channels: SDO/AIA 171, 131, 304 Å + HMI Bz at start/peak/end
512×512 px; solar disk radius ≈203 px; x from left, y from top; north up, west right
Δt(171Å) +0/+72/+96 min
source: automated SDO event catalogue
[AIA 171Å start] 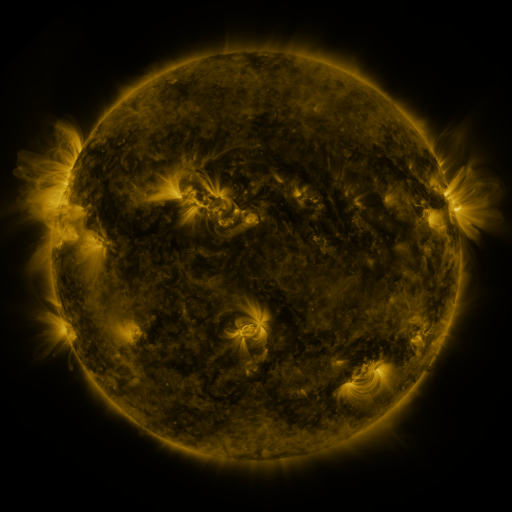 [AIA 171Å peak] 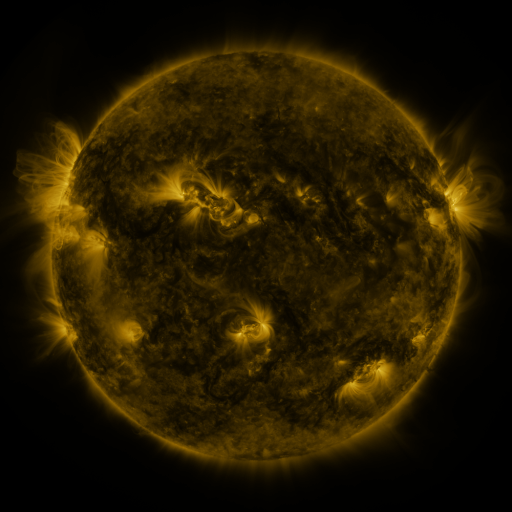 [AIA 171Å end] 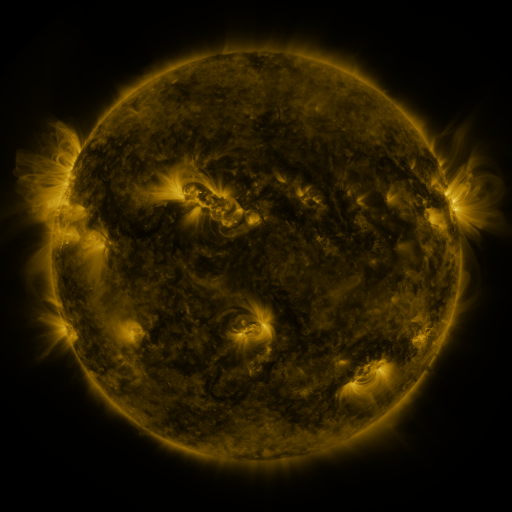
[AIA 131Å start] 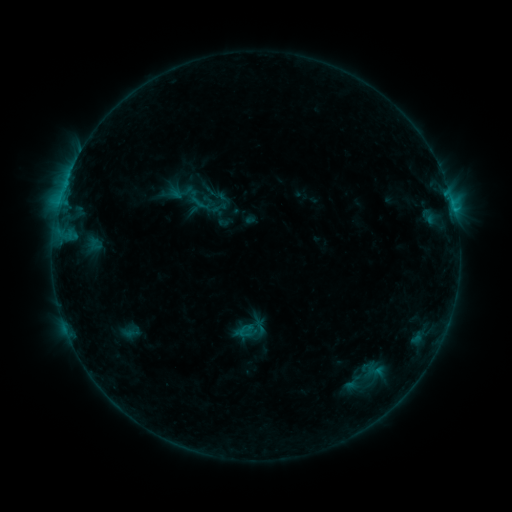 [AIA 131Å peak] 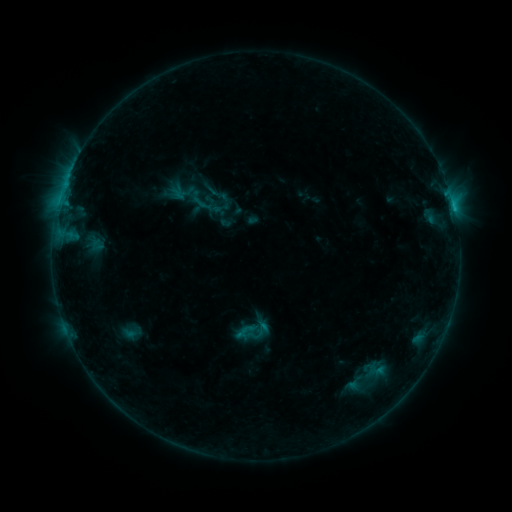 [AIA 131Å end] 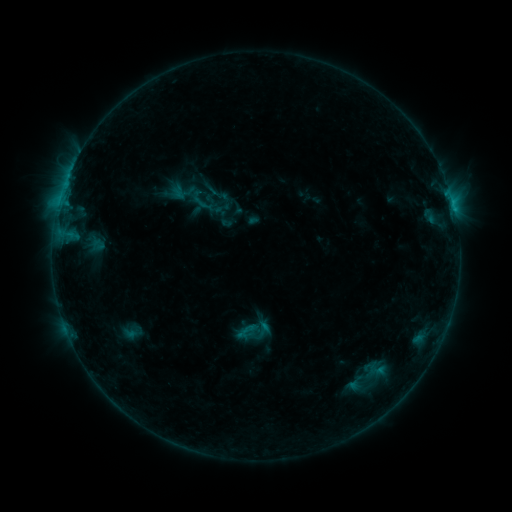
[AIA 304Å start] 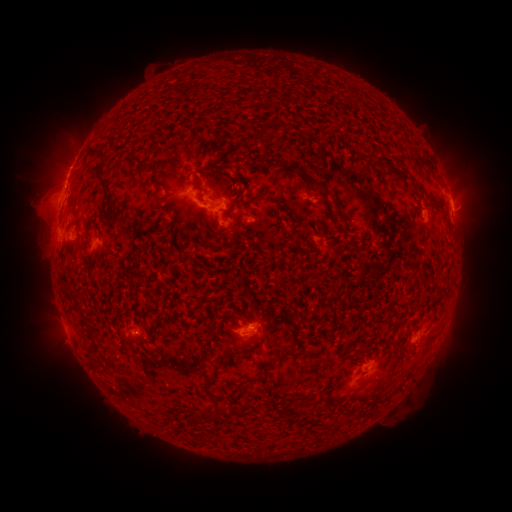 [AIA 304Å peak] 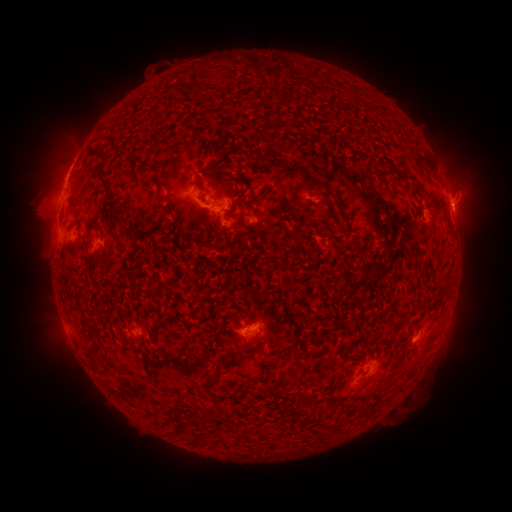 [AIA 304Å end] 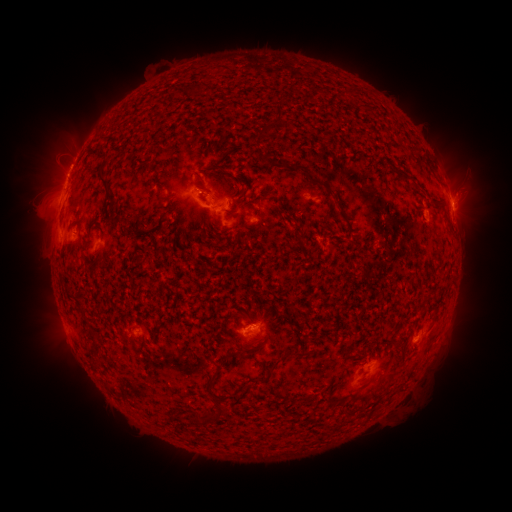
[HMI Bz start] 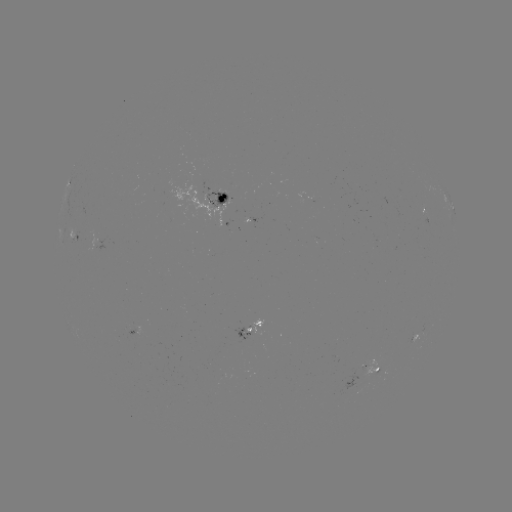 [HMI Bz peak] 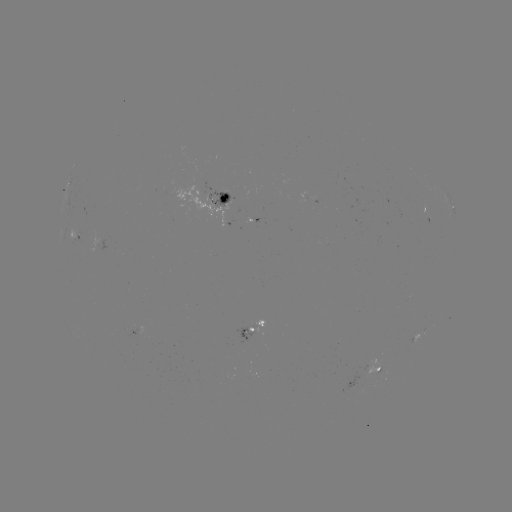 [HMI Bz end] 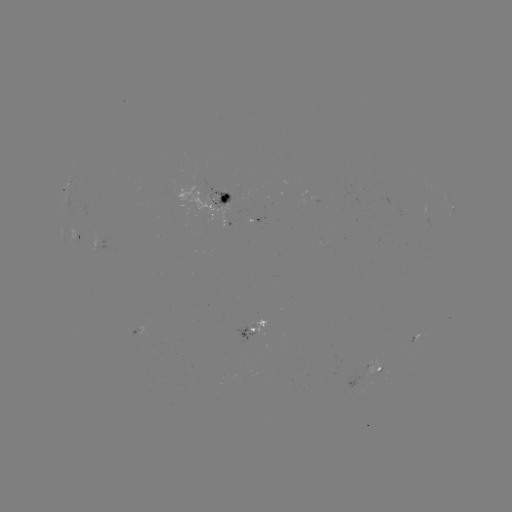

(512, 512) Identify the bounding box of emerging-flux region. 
[297, 192, 308, 203].